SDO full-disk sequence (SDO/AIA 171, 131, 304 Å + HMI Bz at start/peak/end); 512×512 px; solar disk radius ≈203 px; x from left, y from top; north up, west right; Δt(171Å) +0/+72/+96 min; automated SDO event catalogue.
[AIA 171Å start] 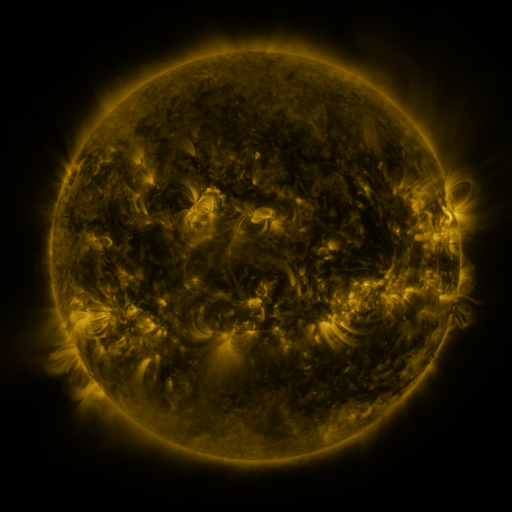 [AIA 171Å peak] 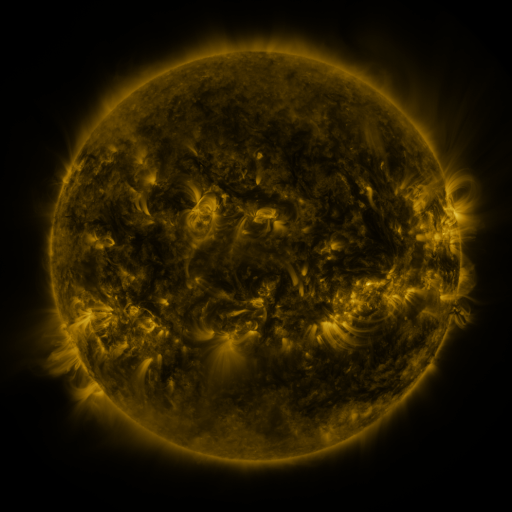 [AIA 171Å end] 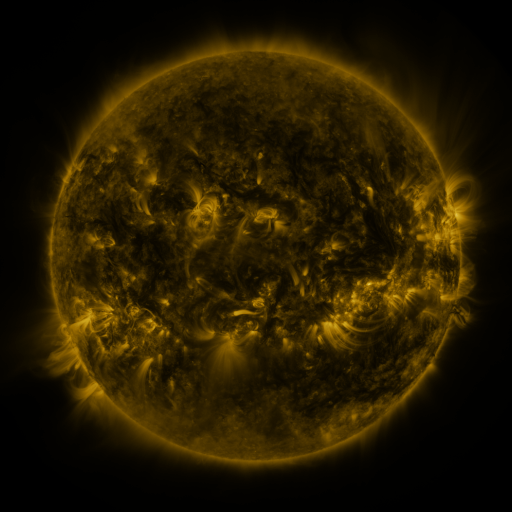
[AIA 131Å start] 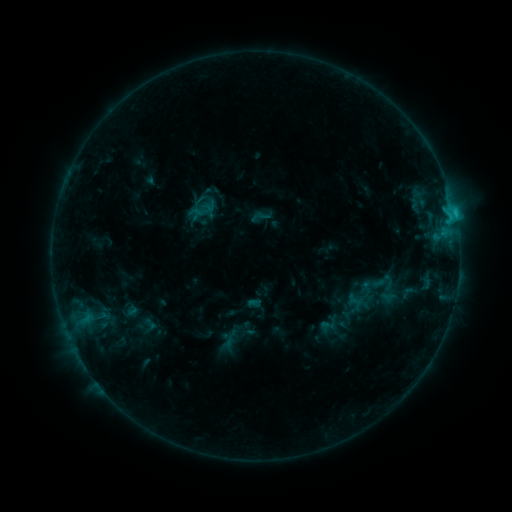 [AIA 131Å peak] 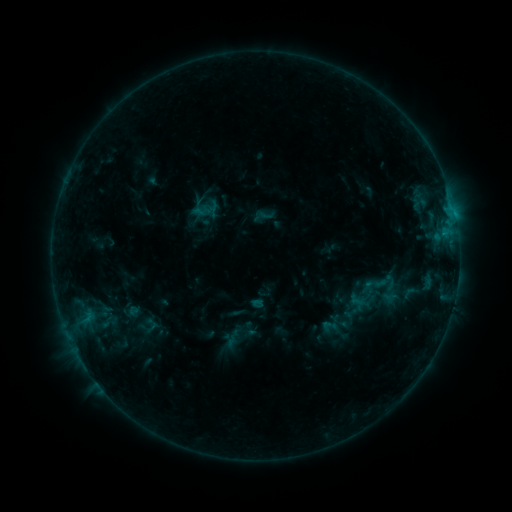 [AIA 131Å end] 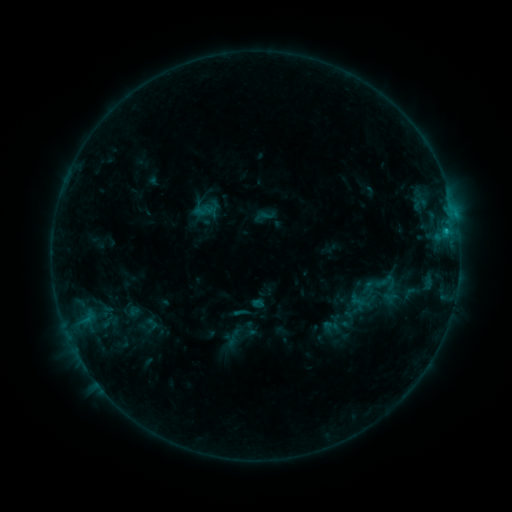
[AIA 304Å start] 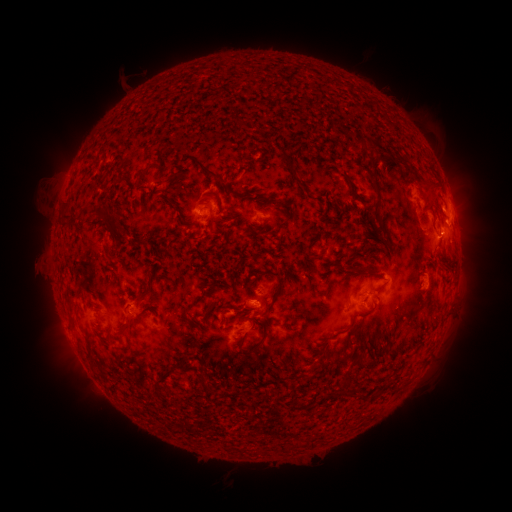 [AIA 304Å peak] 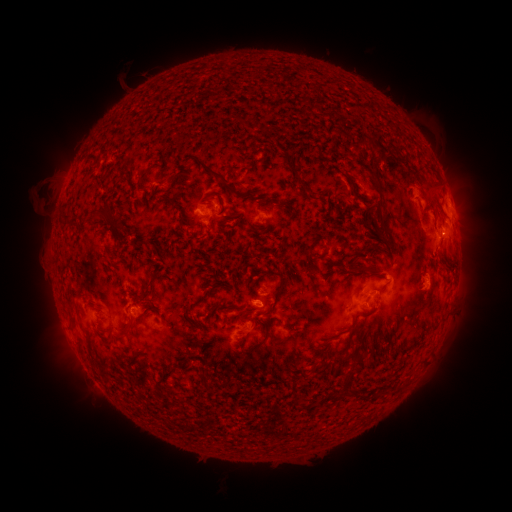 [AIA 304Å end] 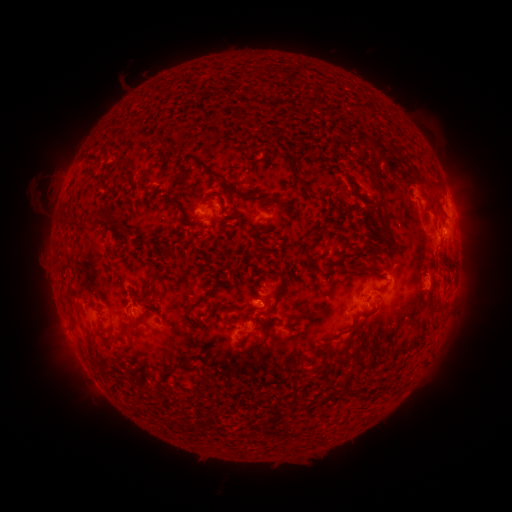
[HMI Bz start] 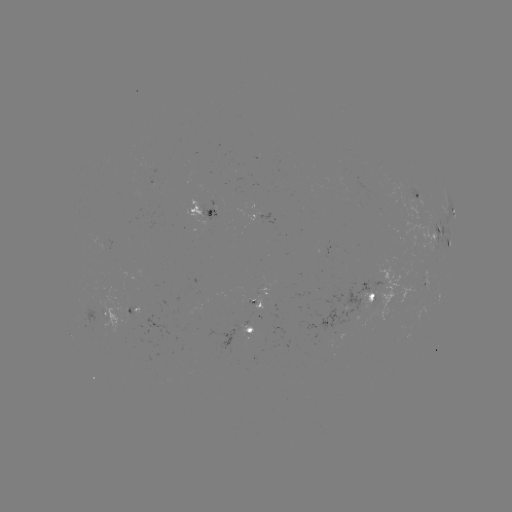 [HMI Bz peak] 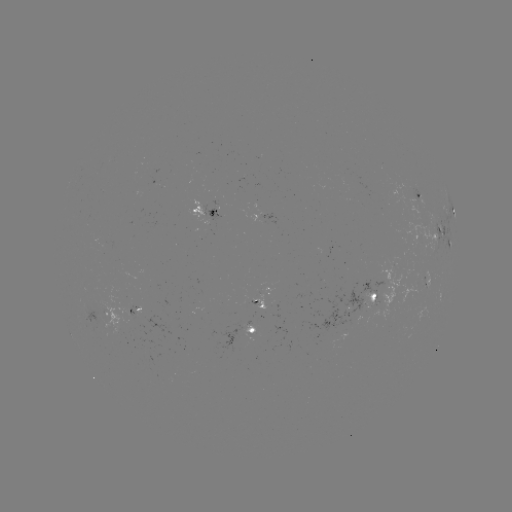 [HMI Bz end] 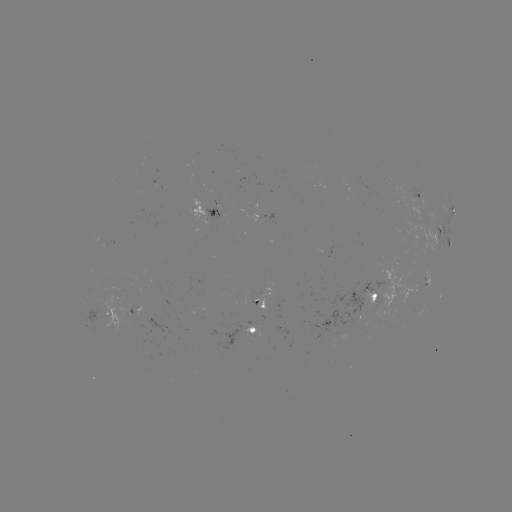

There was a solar emerging-flux region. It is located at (373, 309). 